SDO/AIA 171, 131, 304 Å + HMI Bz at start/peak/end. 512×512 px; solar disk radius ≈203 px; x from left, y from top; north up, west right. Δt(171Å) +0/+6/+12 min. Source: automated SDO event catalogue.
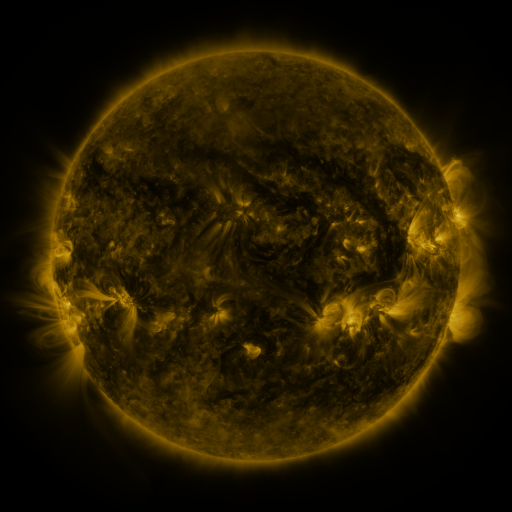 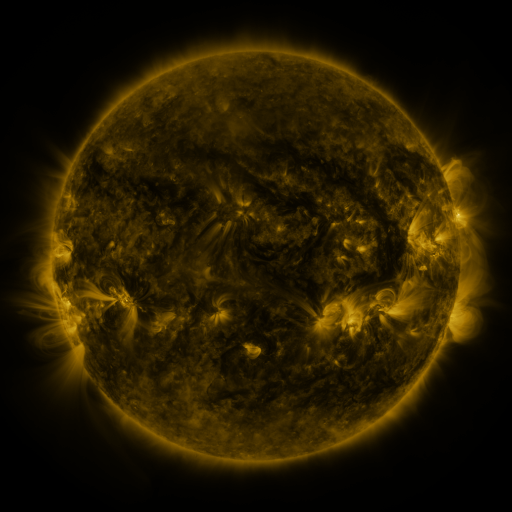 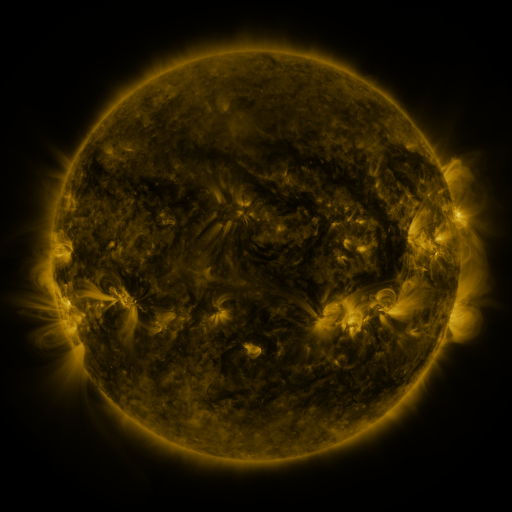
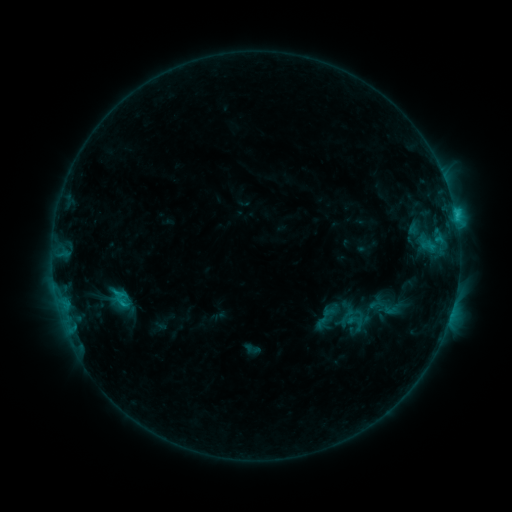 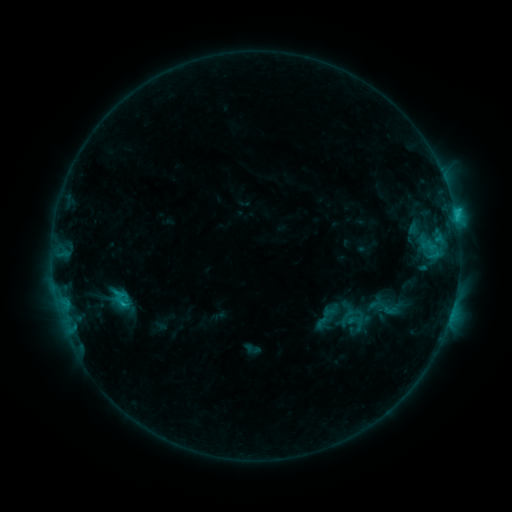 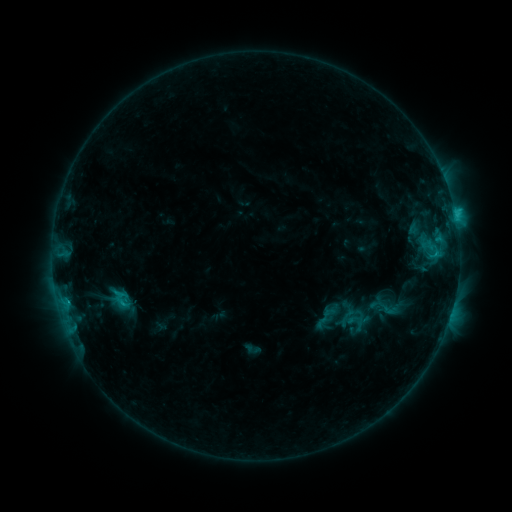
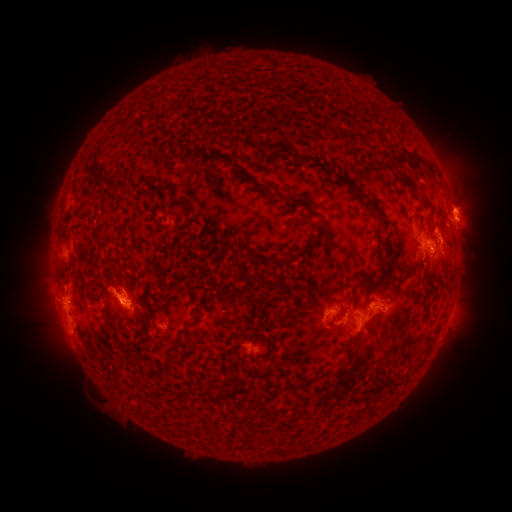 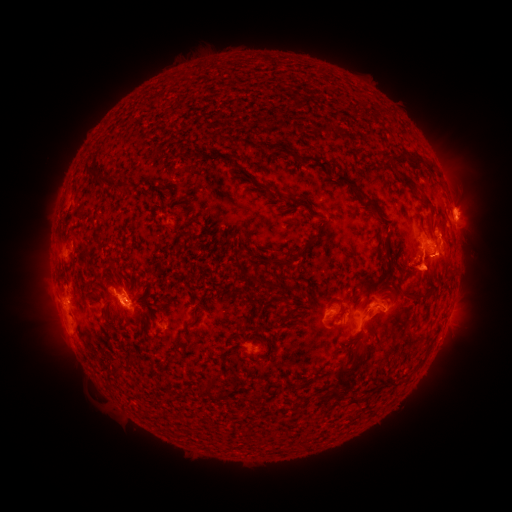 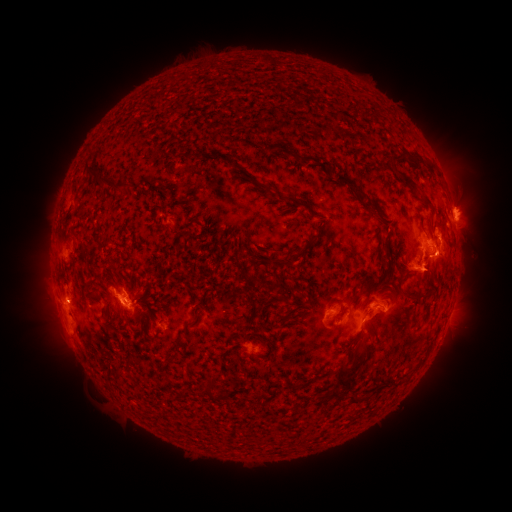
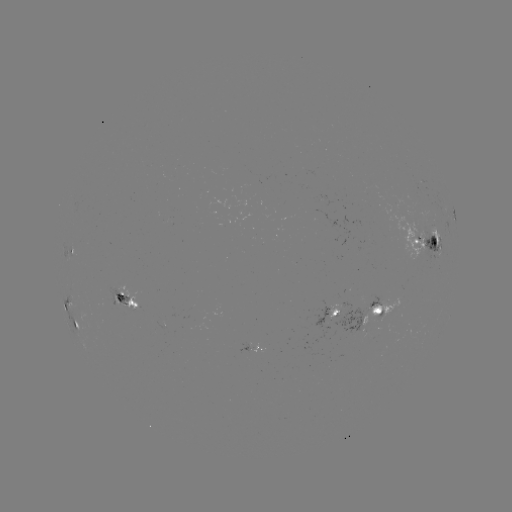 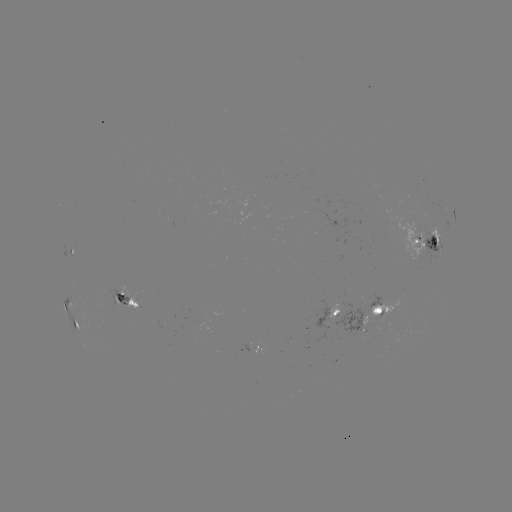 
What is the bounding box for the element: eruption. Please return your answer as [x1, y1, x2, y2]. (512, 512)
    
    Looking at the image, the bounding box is [389, 224, 482, 300].